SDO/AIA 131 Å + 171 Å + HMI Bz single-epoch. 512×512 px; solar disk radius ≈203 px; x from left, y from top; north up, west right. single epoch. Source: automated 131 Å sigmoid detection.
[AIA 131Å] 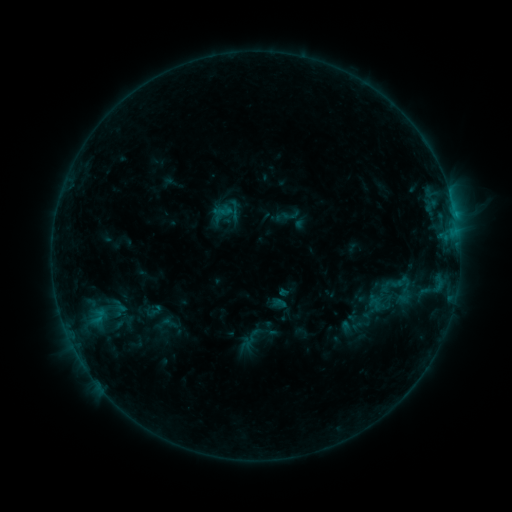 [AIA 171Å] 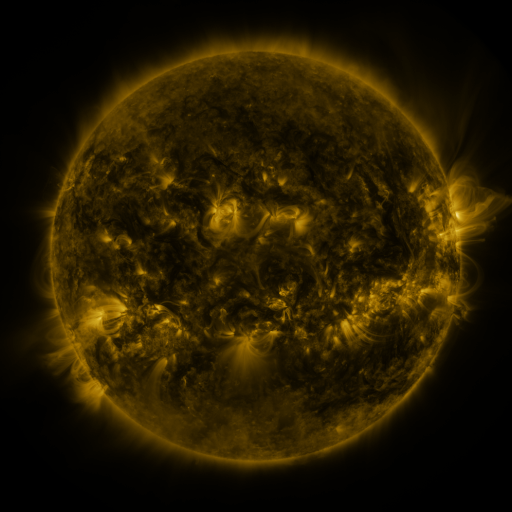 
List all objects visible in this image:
sigmoid: (403, 281)
sigmoid: (375, 304)
